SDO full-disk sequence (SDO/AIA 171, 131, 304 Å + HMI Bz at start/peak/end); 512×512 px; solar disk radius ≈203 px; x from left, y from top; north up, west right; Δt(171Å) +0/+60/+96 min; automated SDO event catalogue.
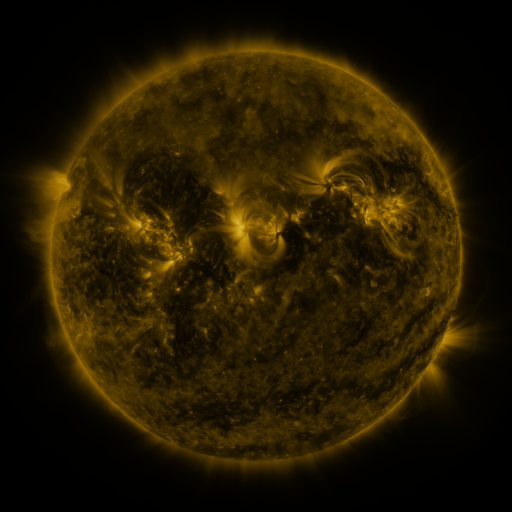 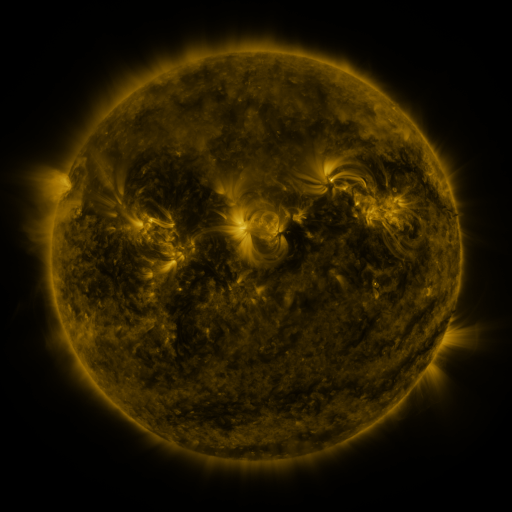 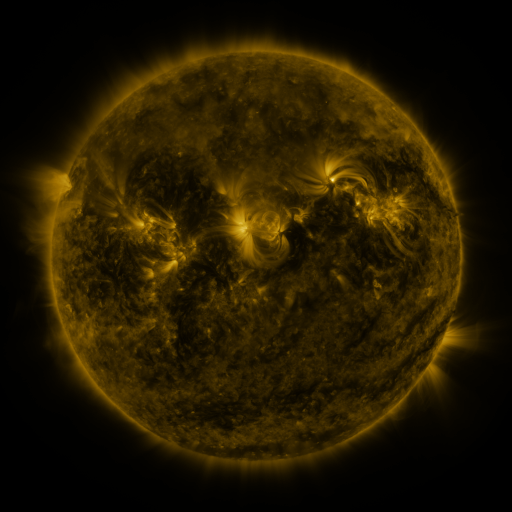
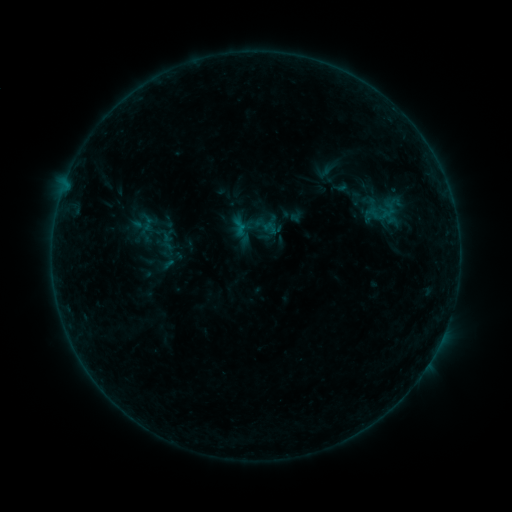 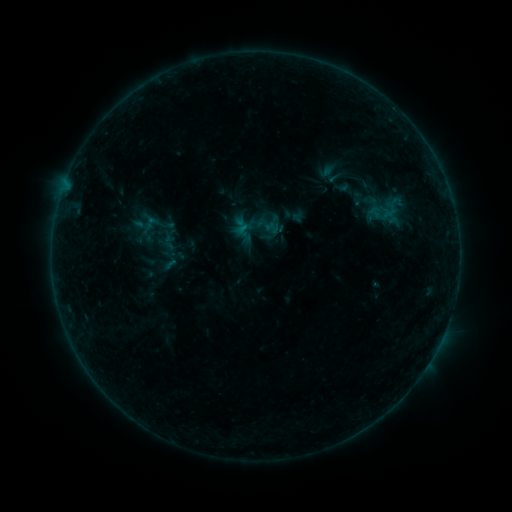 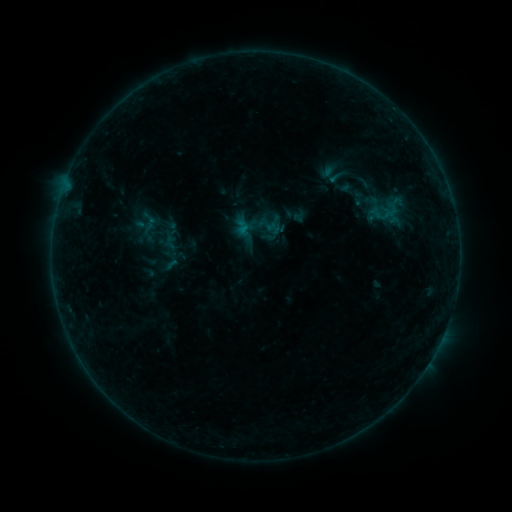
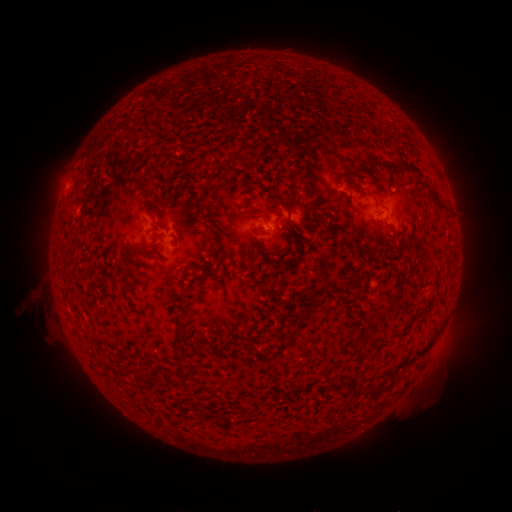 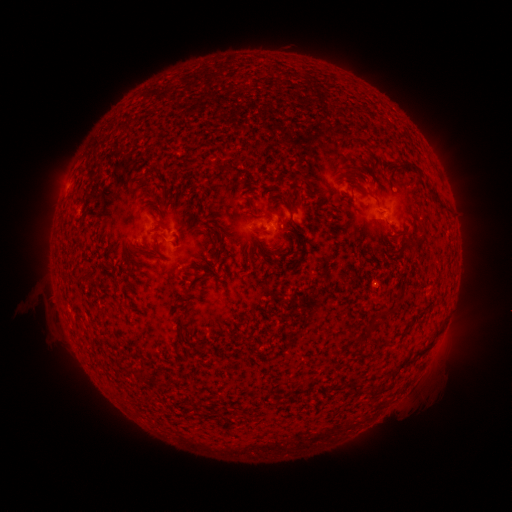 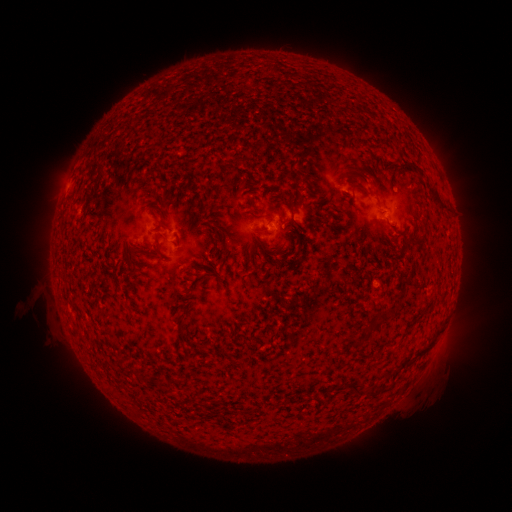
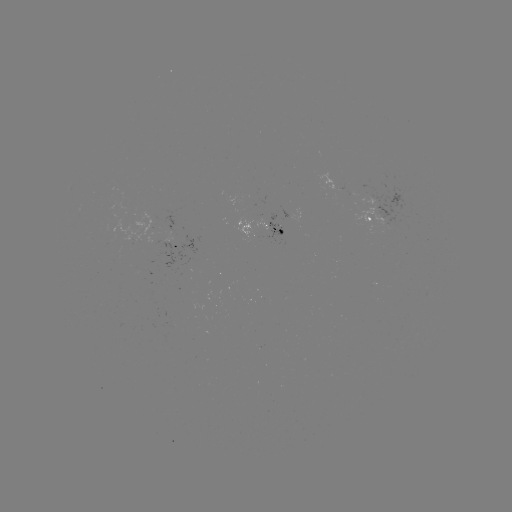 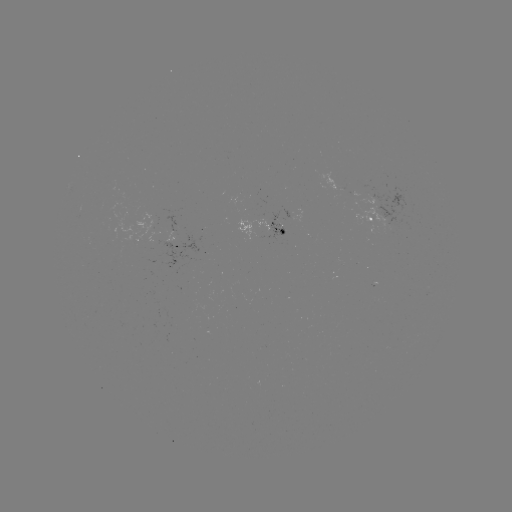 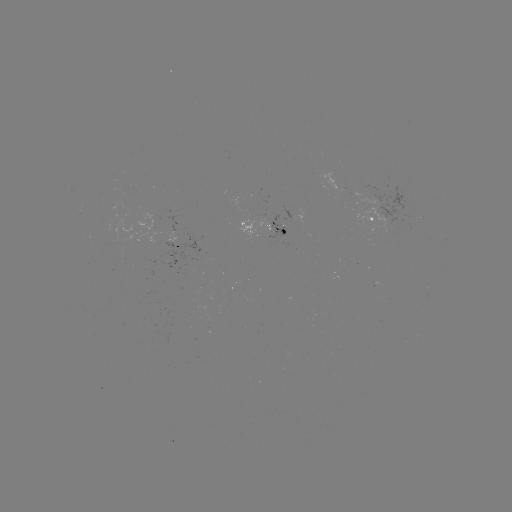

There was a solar emerging-flux region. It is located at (279, 227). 